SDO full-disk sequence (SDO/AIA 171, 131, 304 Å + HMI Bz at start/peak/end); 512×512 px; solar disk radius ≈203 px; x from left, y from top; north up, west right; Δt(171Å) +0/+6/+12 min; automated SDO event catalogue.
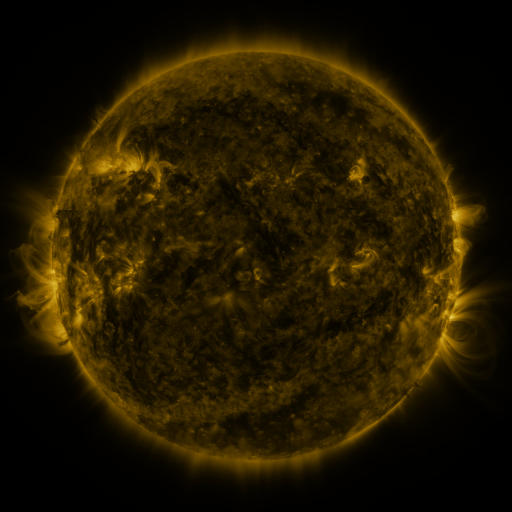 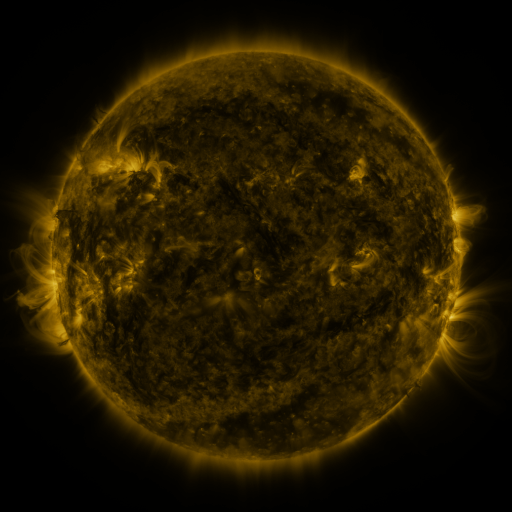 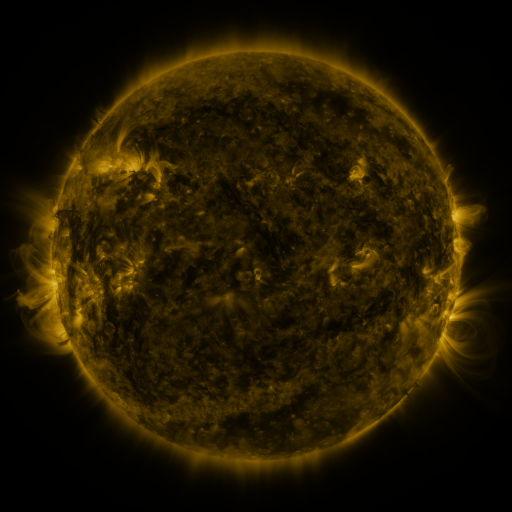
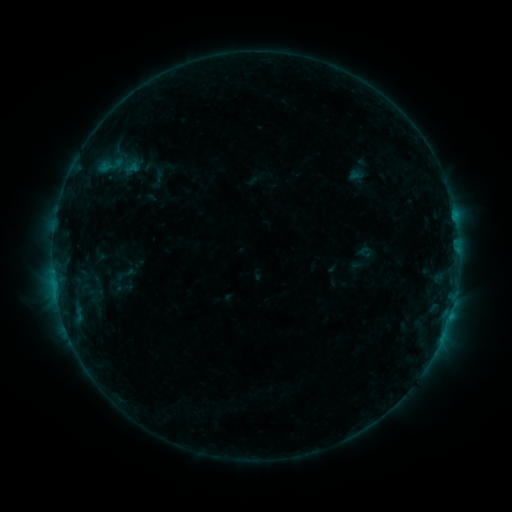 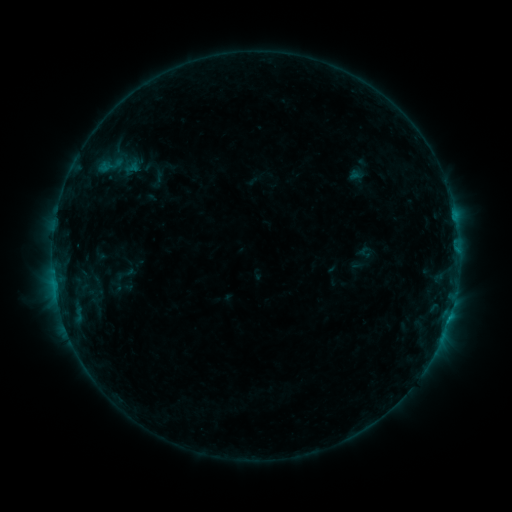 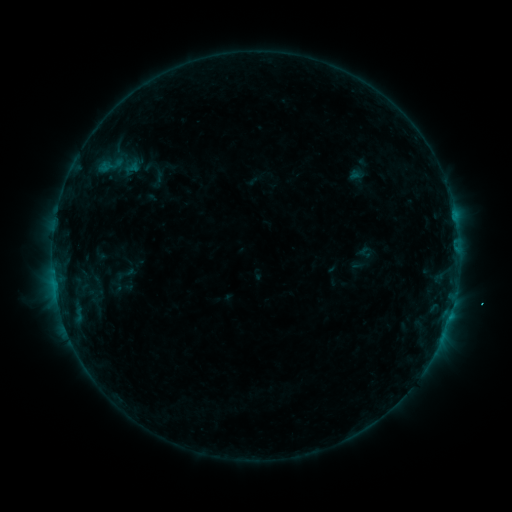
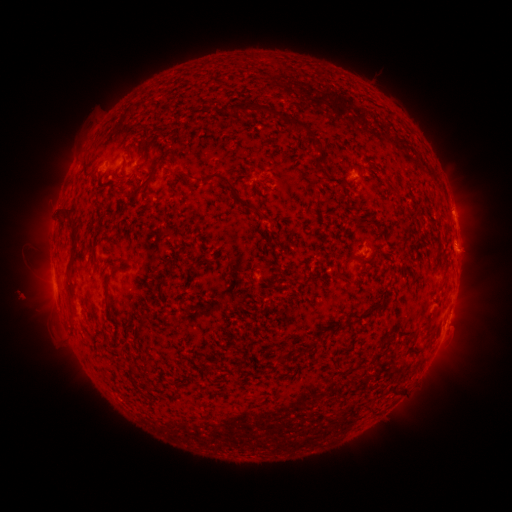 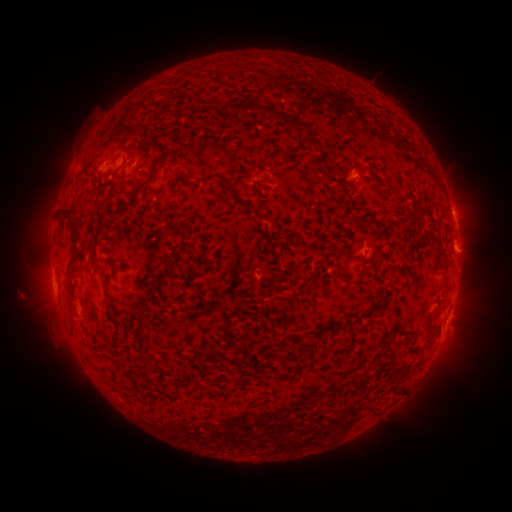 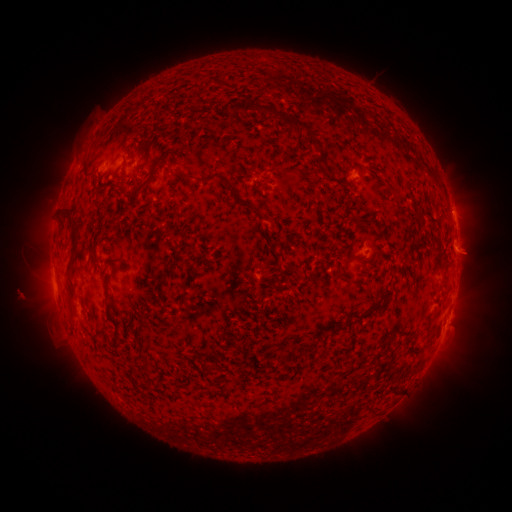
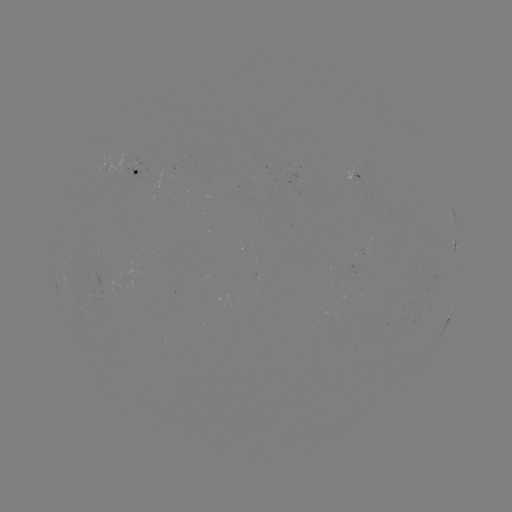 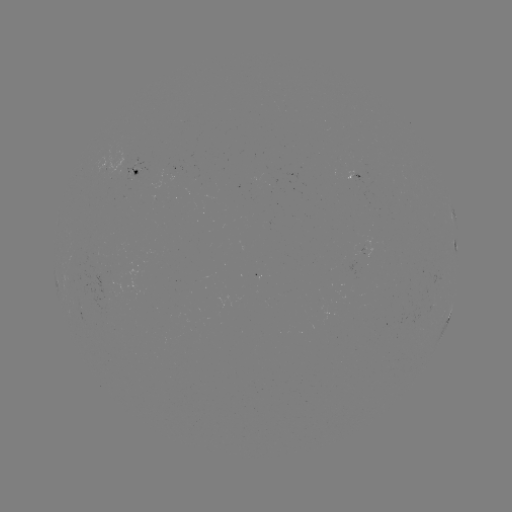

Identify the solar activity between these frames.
B5.6 flare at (451, 215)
